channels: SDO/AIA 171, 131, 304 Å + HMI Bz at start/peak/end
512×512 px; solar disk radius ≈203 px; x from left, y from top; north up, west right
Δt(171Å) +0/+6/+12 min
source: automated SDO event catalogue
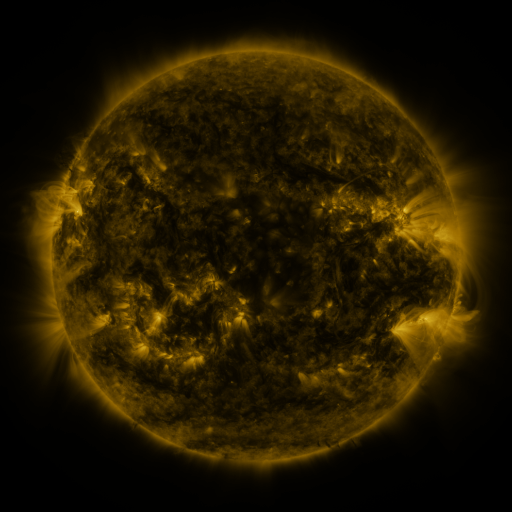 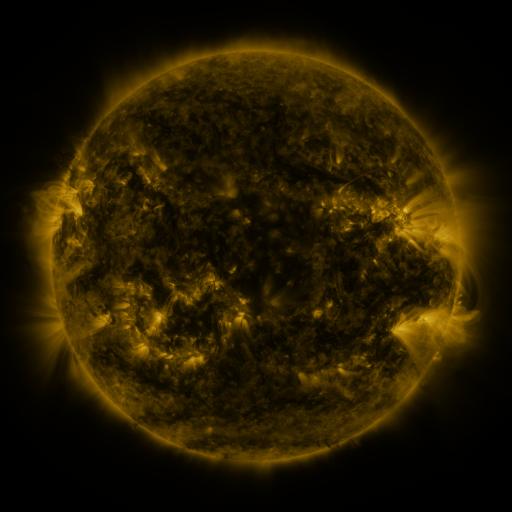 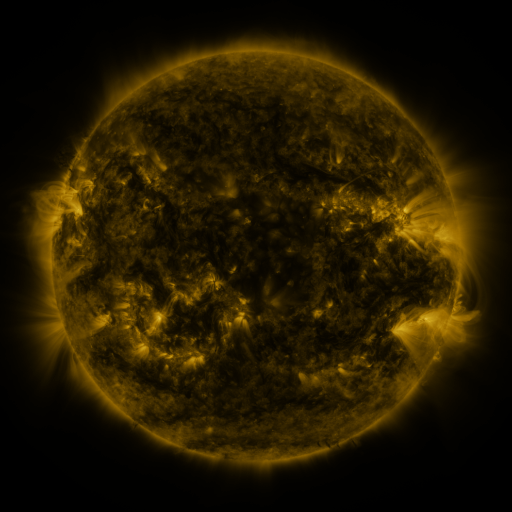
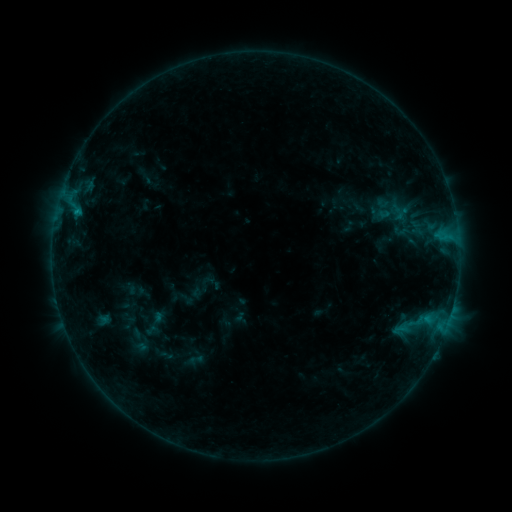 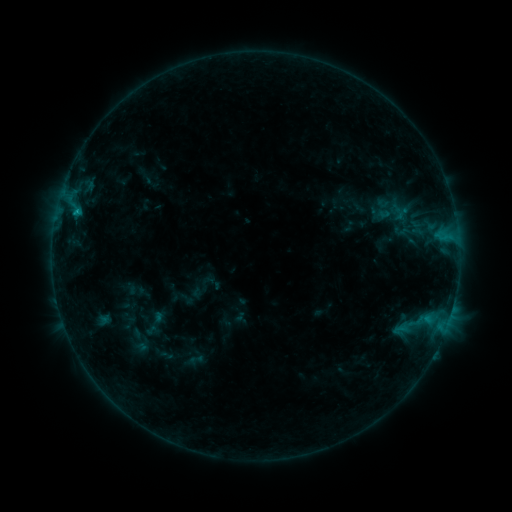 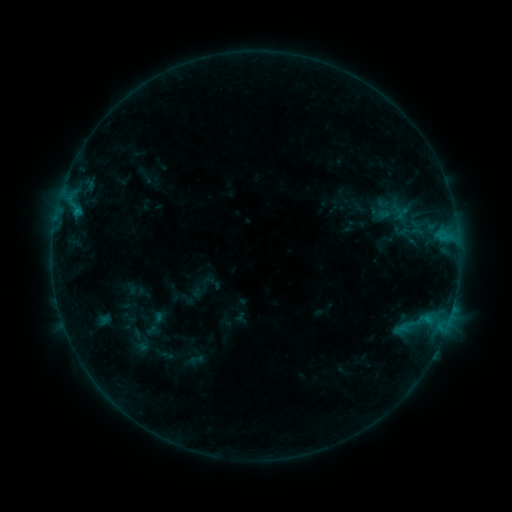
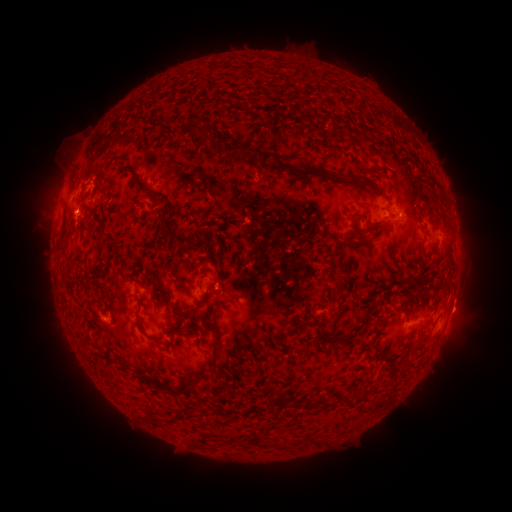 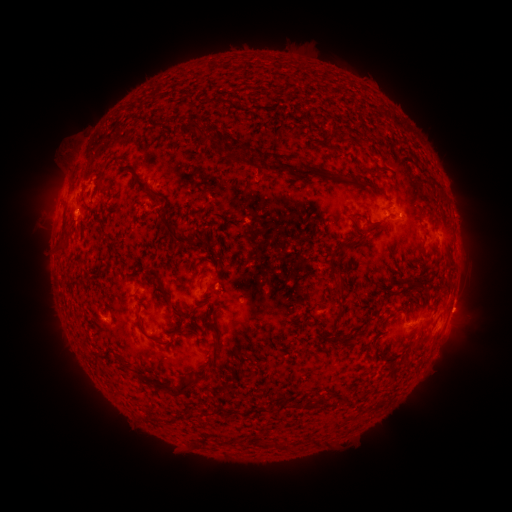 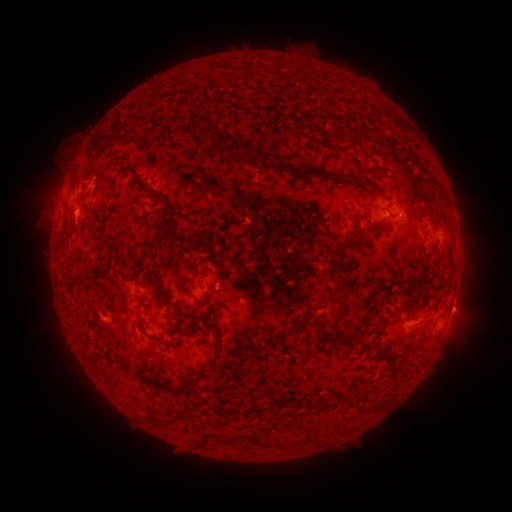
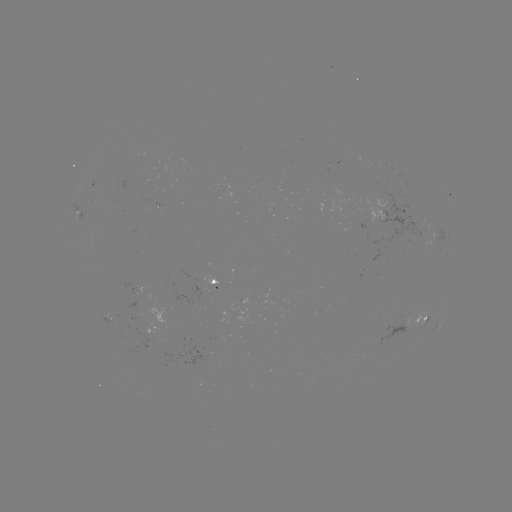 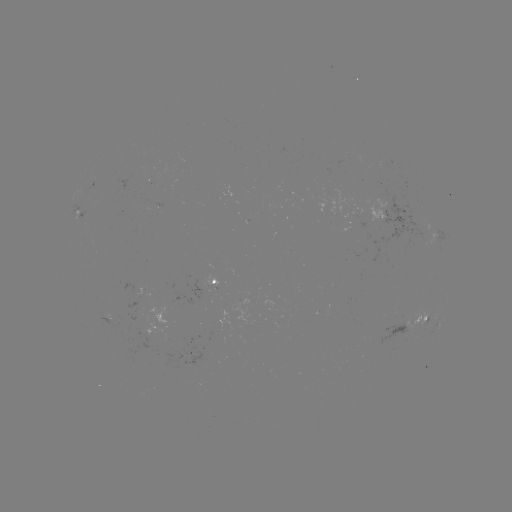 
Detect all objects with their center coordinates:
B4.4 flare: (74, 215)
